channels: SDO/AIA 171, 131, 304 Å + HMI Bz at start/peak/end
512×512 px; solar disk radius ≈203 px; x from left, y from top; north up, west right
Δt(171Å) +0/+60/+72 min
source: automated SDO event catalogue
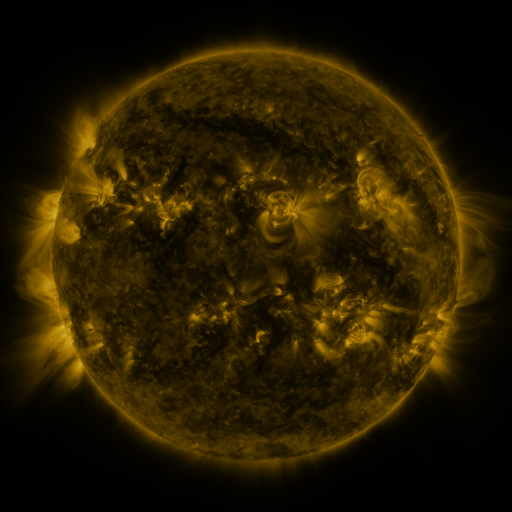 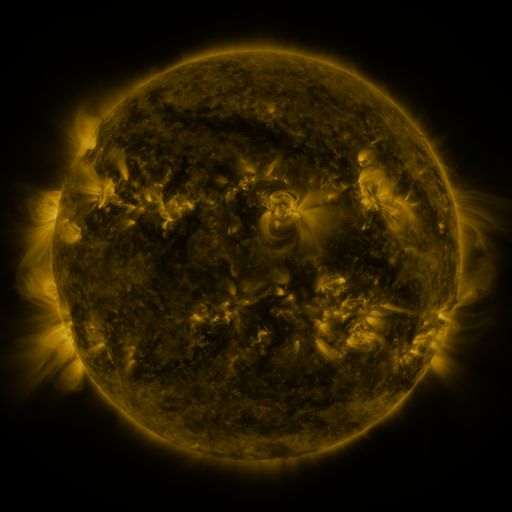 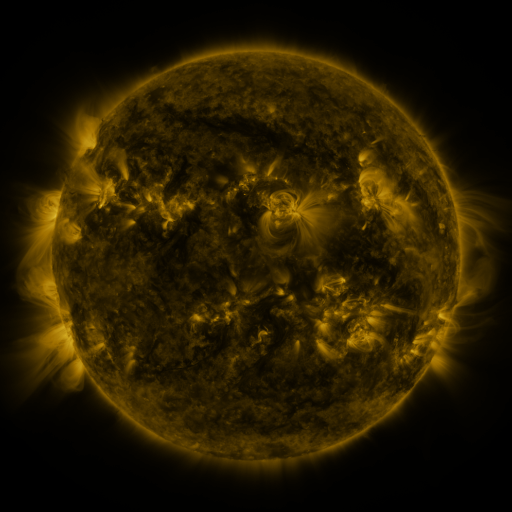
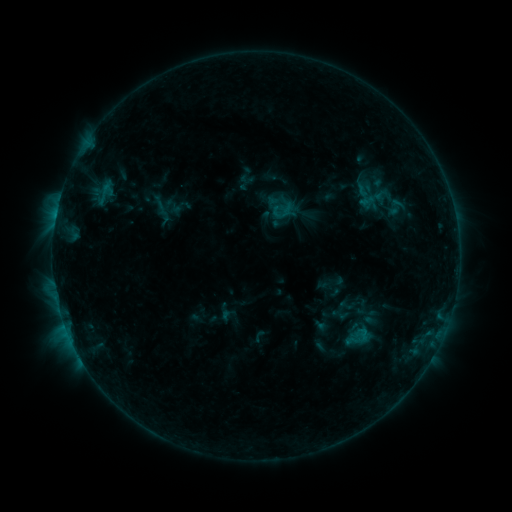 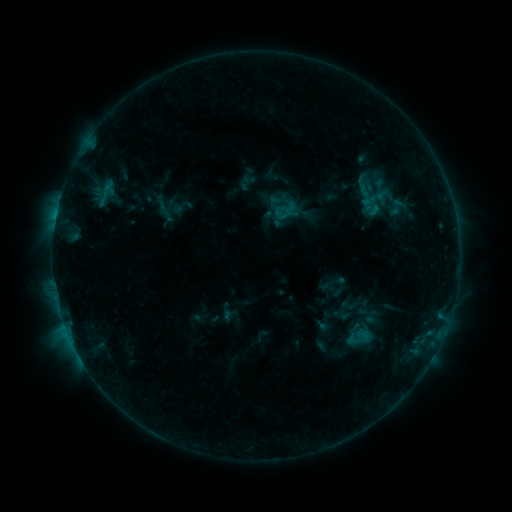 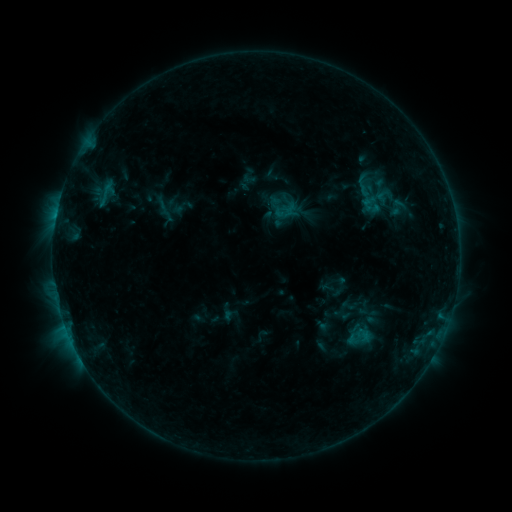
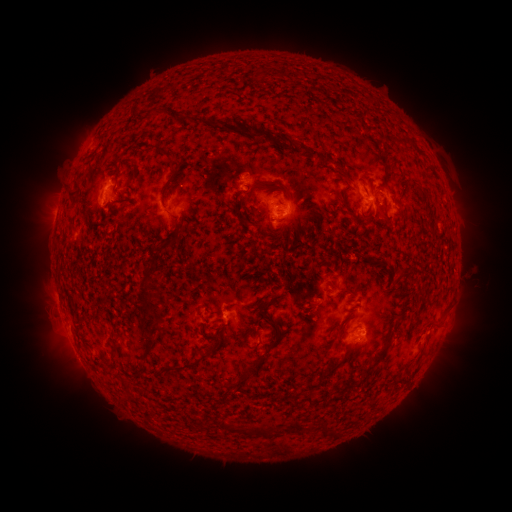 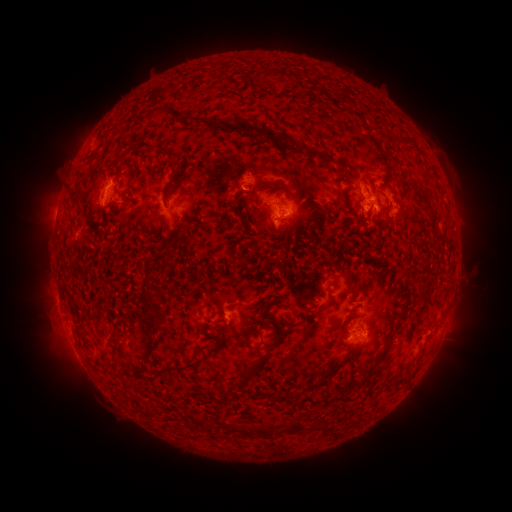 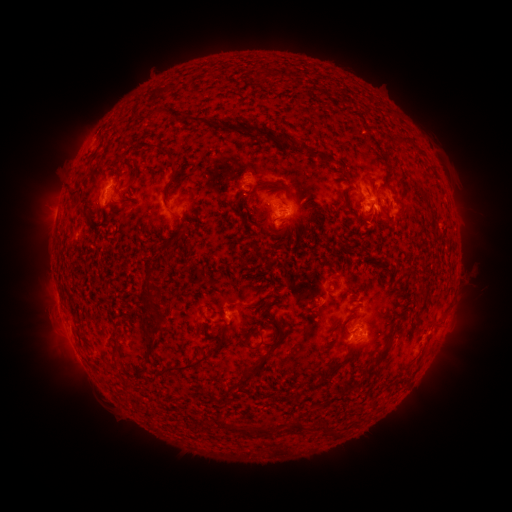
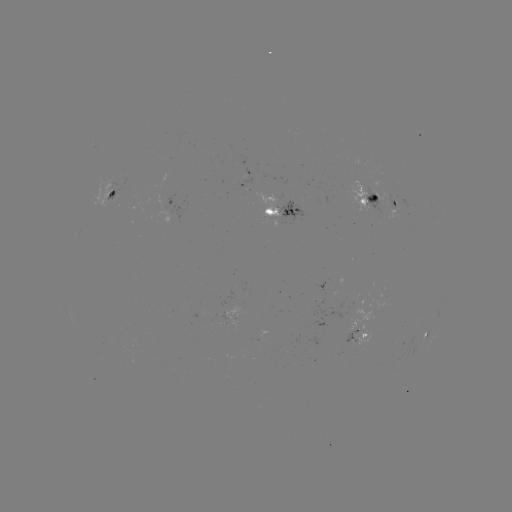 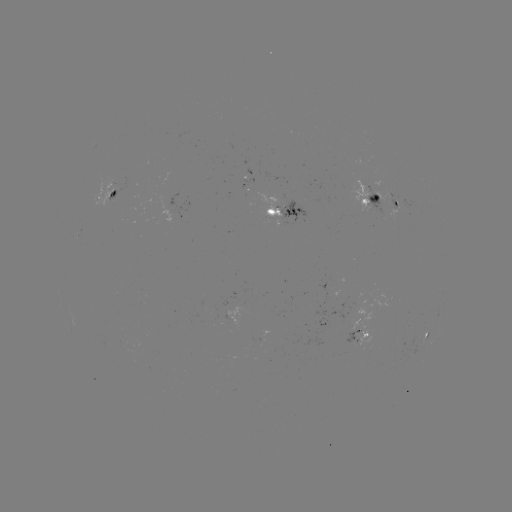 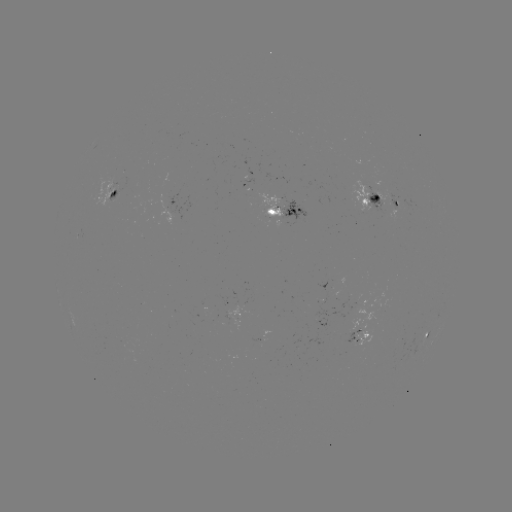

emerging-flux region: (384, 193, 399, 210)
